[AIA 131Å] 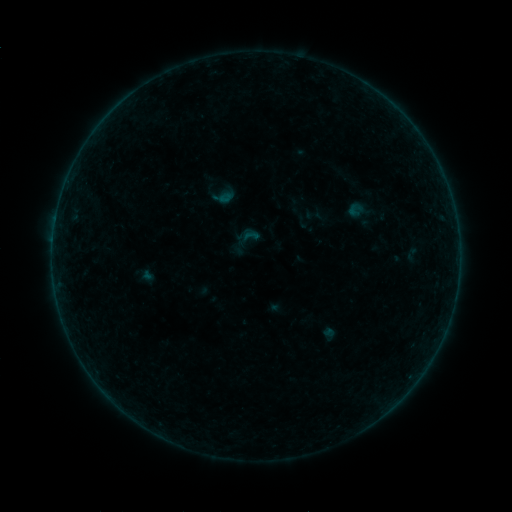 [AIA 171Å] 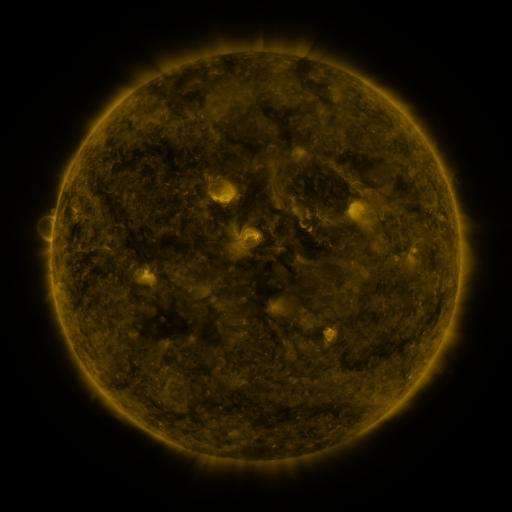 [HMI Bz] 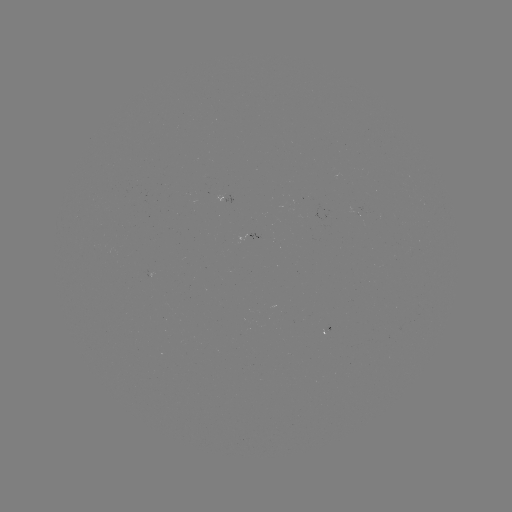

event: sigmoid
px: (250, 236)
